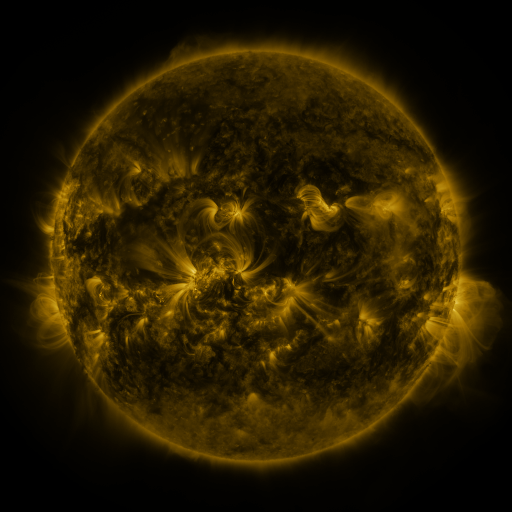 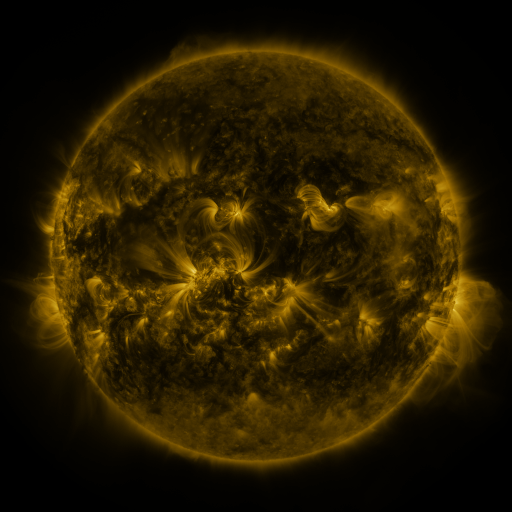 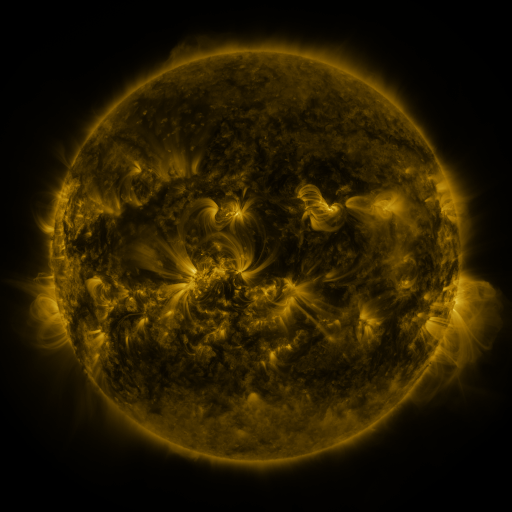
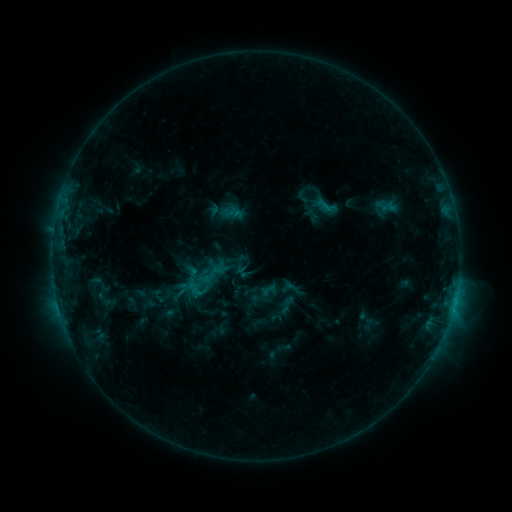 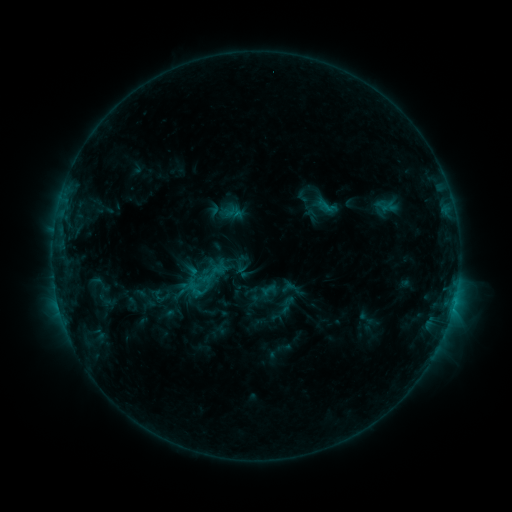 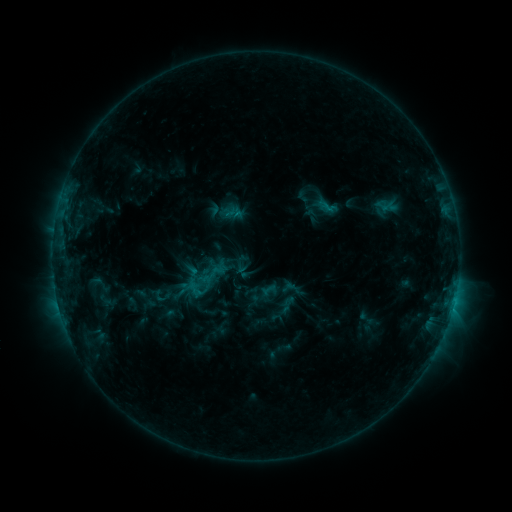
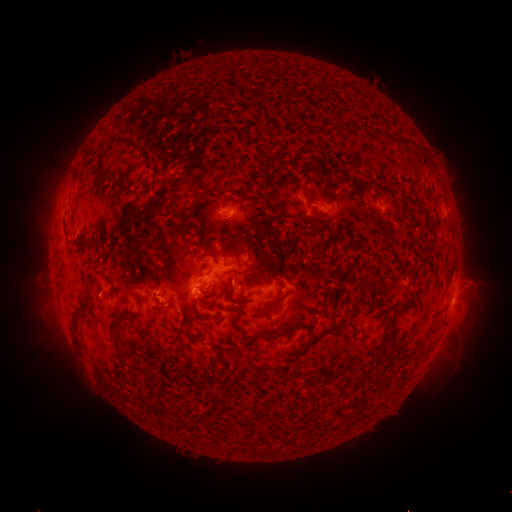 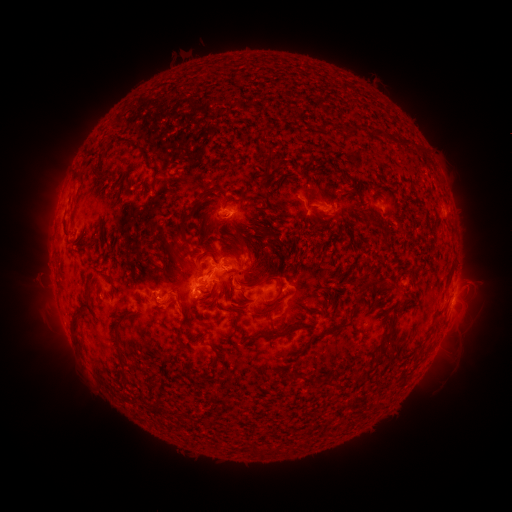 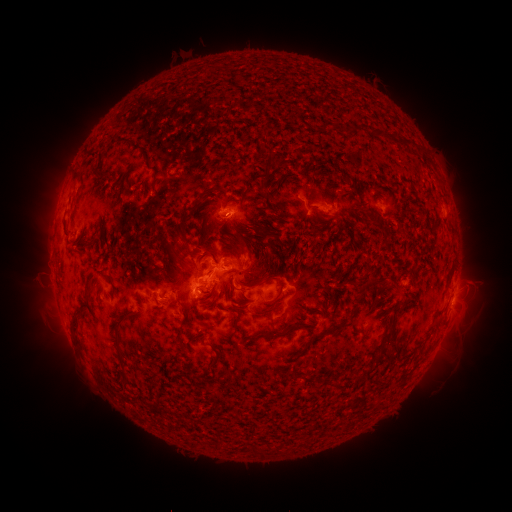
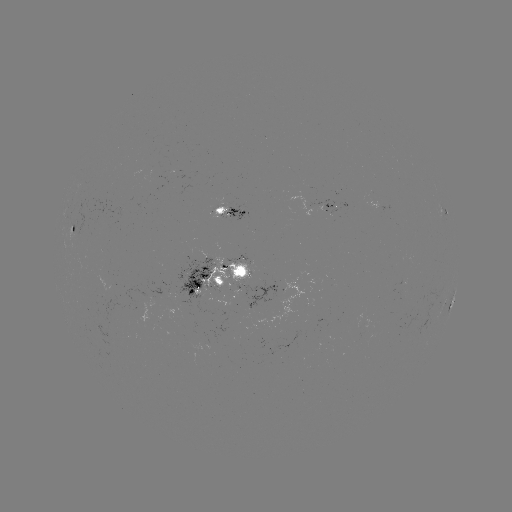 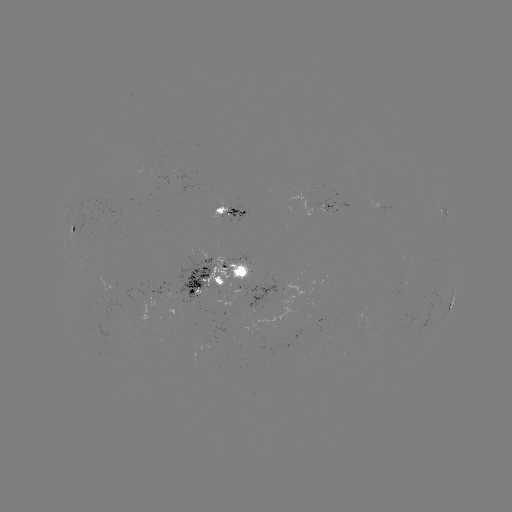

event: eruption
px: (171, 309)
